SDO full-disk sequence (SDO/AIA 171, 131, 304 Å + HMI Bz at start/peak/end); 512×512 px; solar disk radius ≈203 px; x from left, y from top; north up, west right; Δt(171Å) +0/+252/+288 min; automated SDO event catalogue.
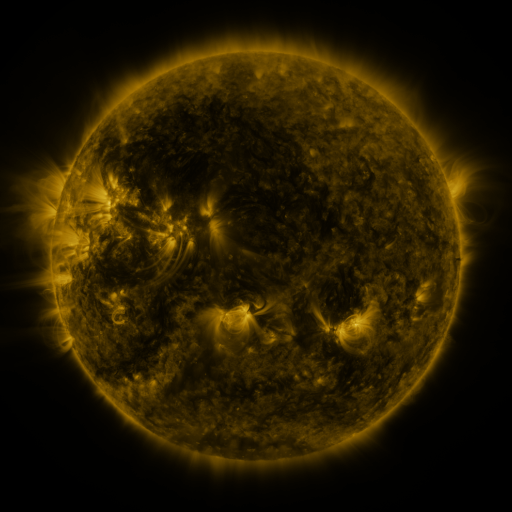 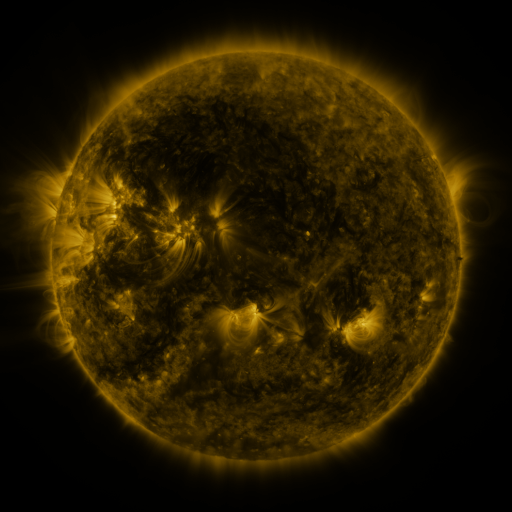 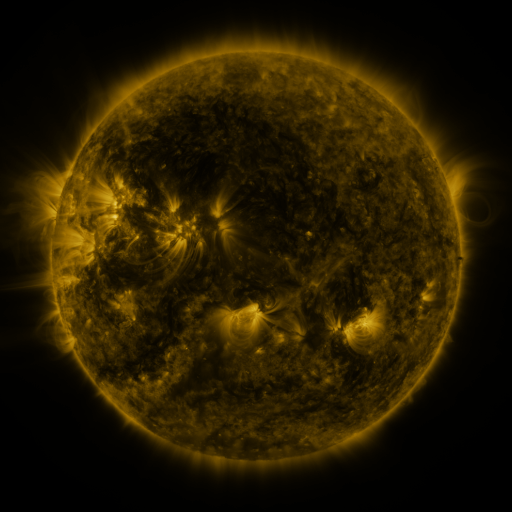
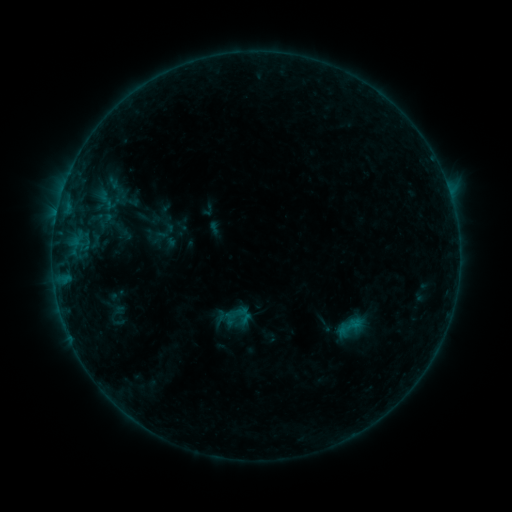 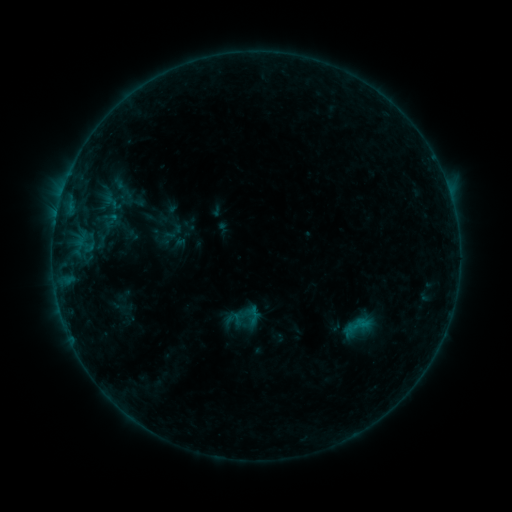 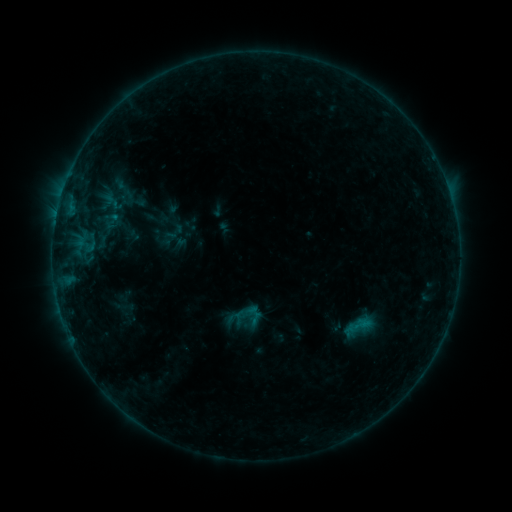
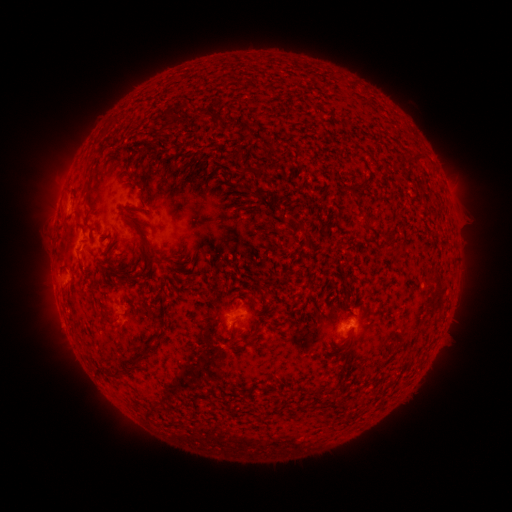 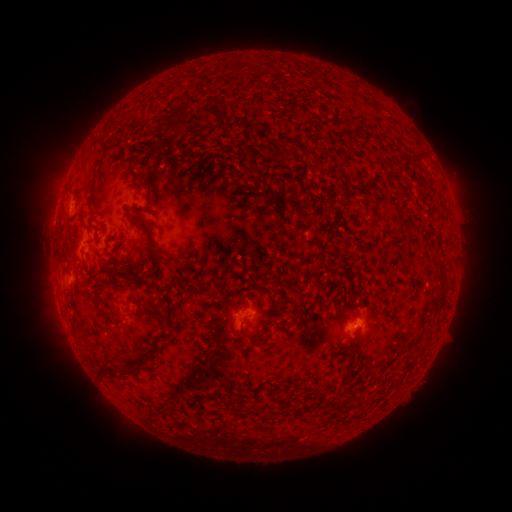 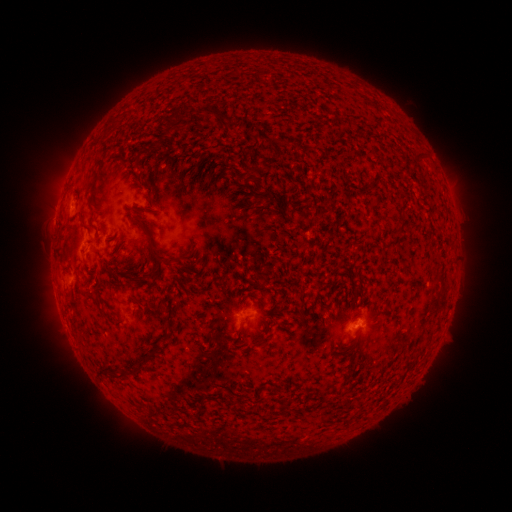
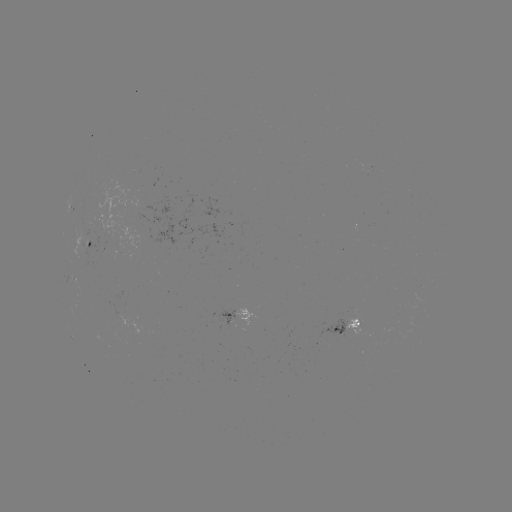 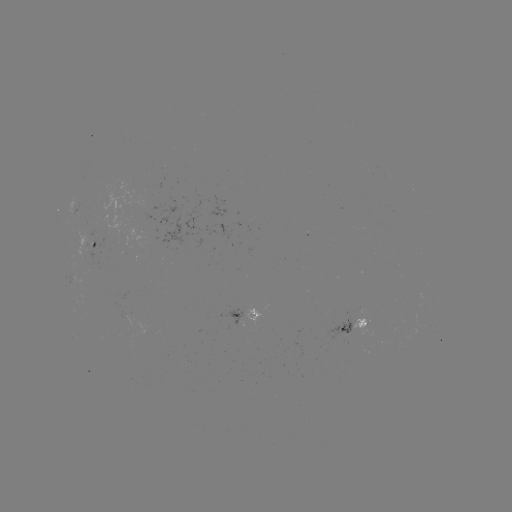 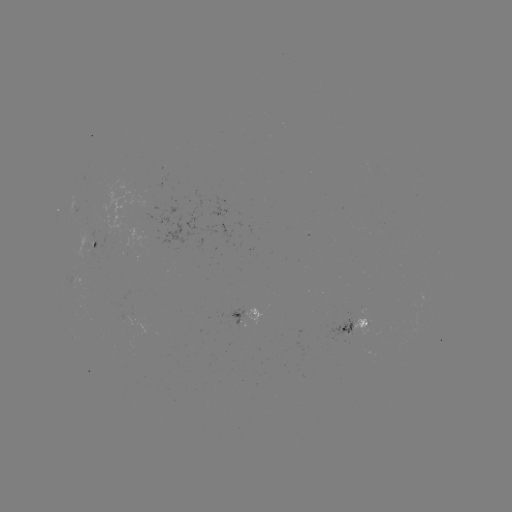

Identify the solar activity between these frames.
emerging-flux region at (88, 237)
